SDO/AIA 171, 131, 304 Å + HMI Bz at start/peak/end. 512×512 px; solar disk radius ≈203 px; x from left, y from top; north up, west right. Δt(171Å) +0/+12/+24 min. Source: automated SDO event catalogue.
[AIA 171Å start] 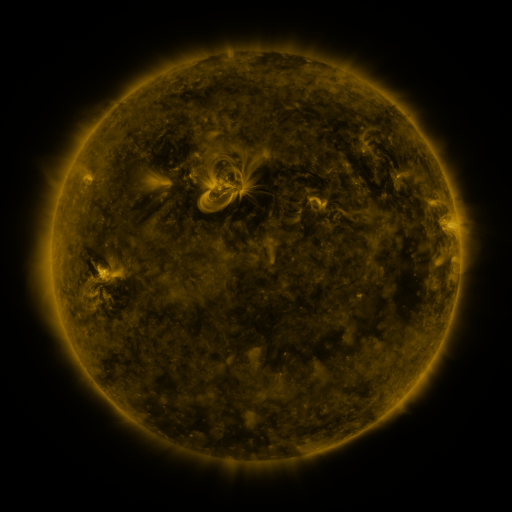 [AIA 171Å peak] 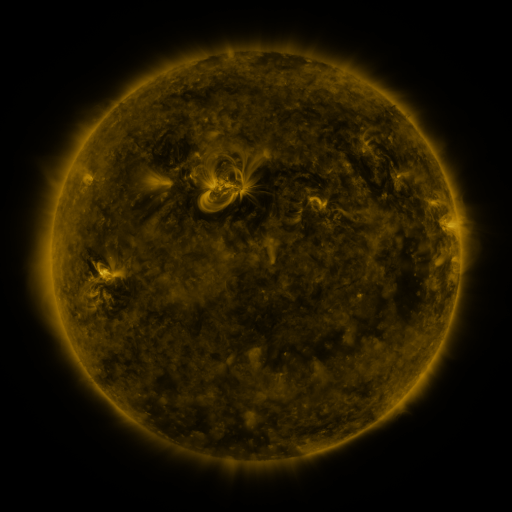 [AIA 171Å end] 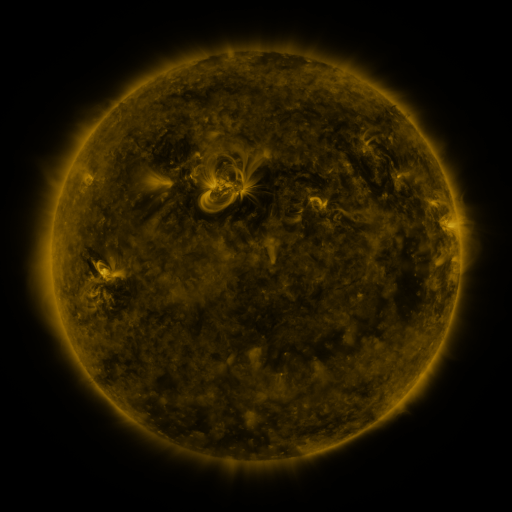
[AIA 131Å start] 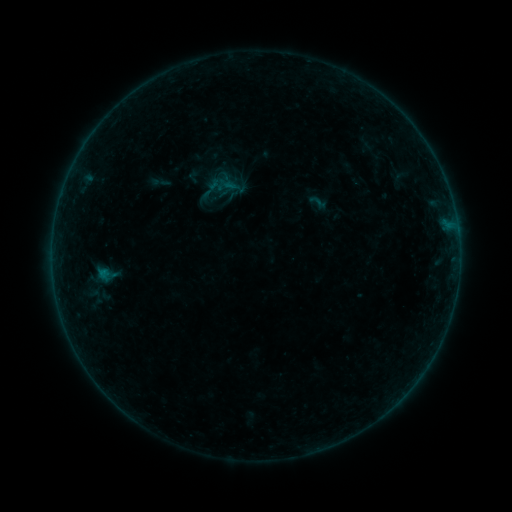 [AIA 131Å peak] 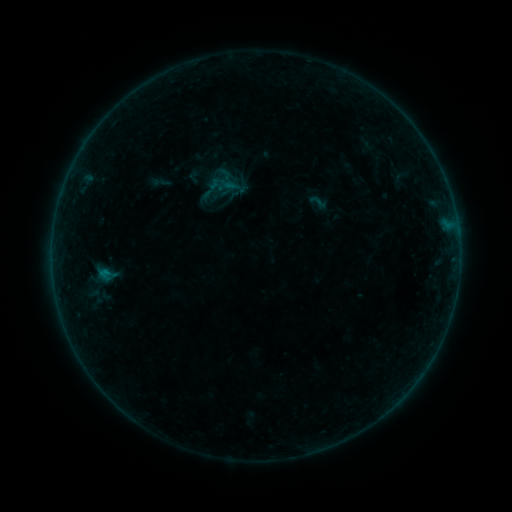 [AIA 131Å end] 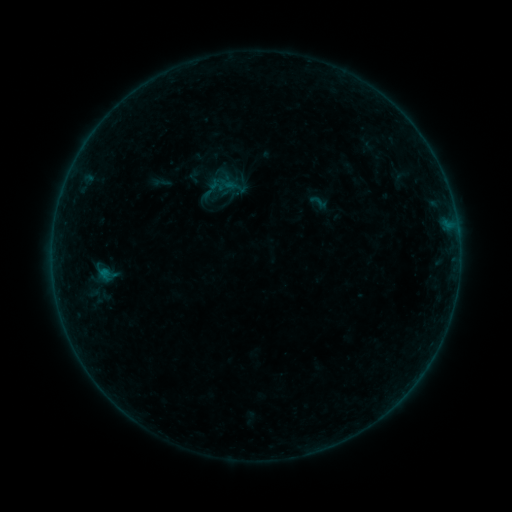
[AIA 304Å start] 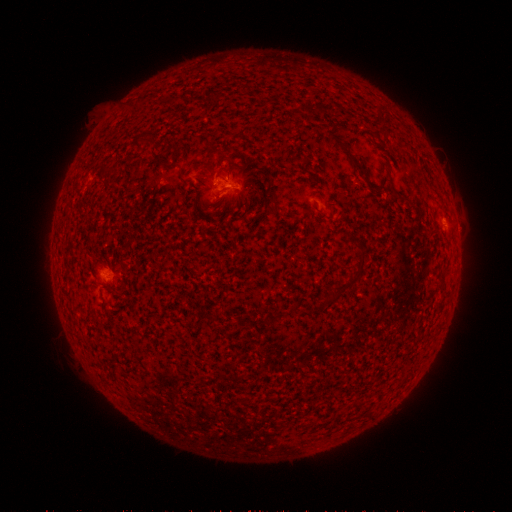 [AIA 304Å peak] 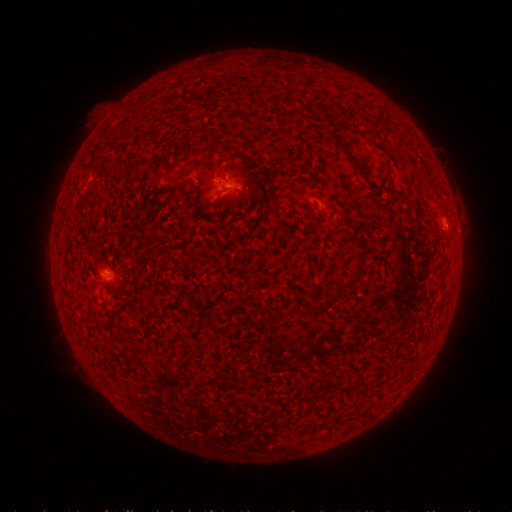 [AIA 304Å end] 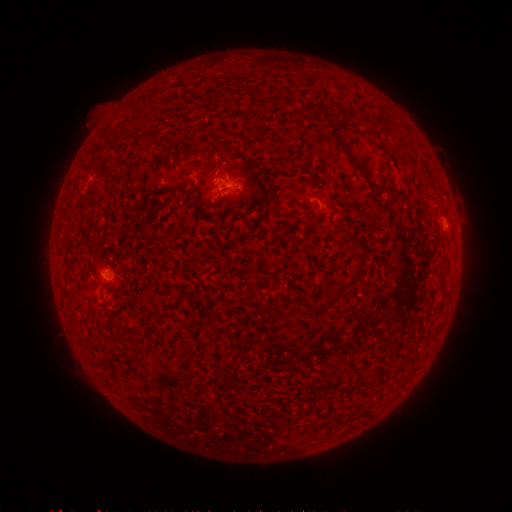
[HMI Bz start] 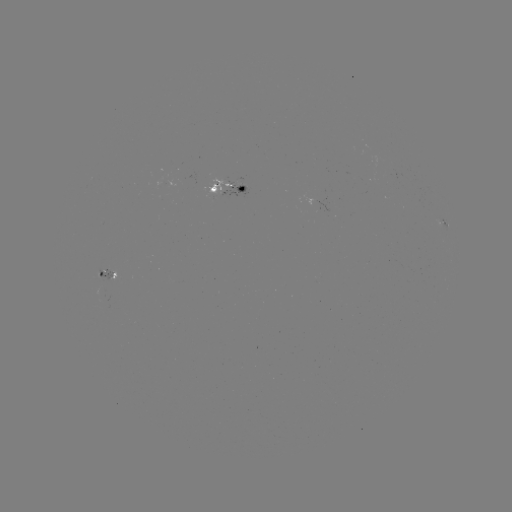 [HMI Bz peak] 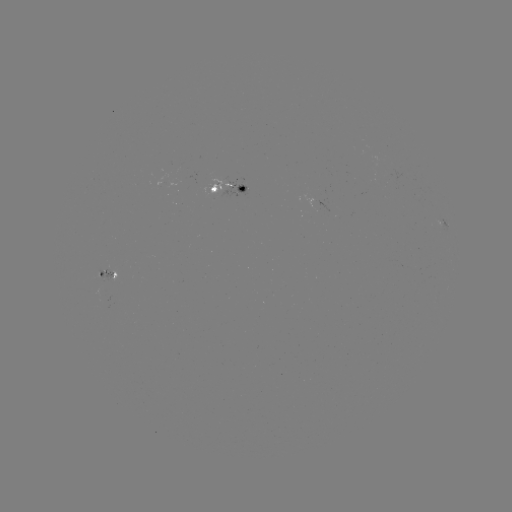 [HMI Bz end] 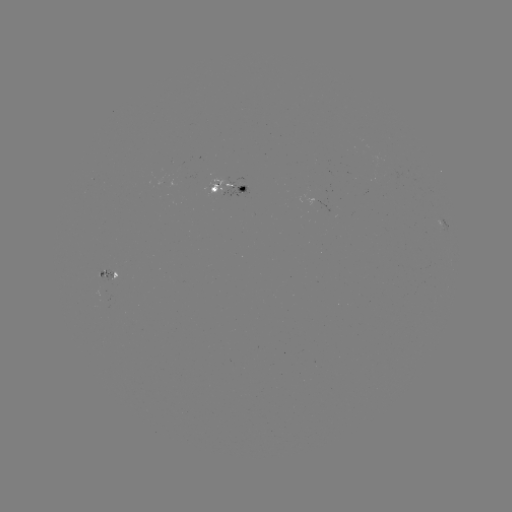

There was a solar flare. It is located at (108, 271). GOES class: B3.0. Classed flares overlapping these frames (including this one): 1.